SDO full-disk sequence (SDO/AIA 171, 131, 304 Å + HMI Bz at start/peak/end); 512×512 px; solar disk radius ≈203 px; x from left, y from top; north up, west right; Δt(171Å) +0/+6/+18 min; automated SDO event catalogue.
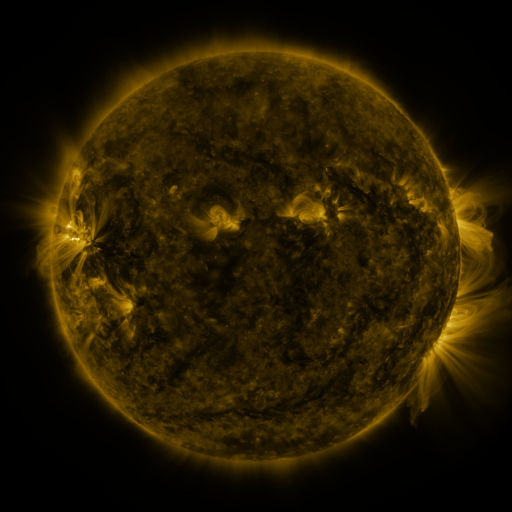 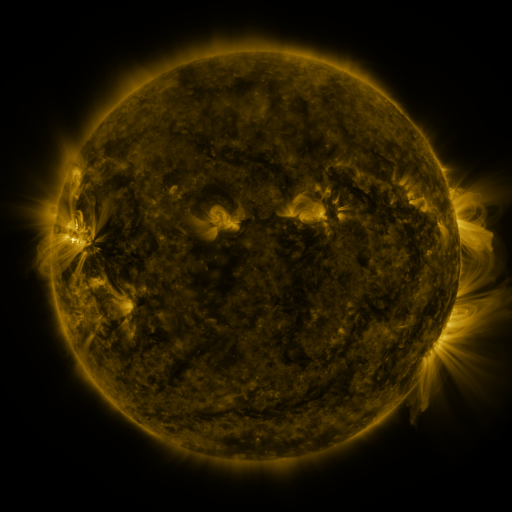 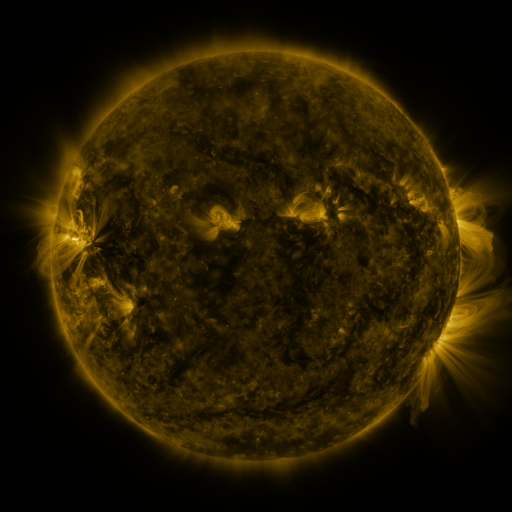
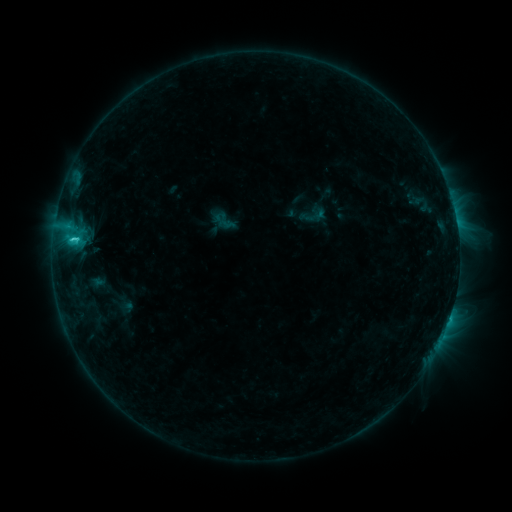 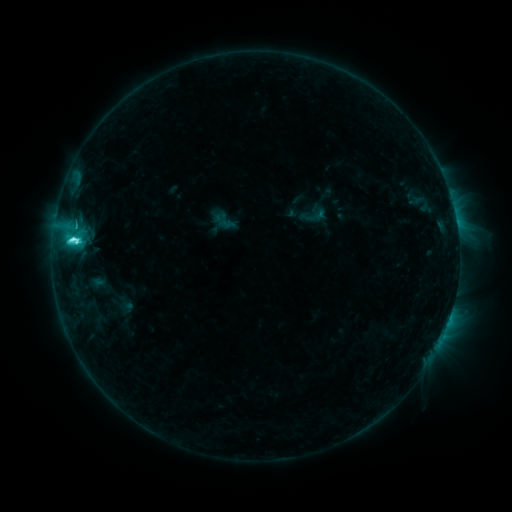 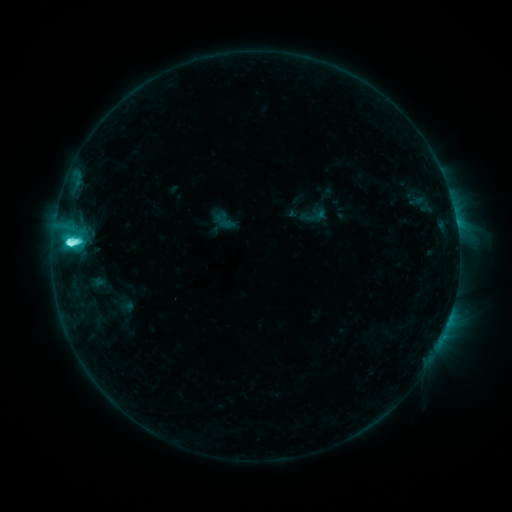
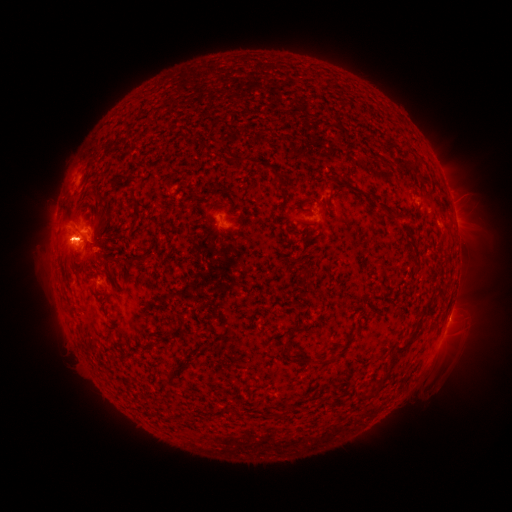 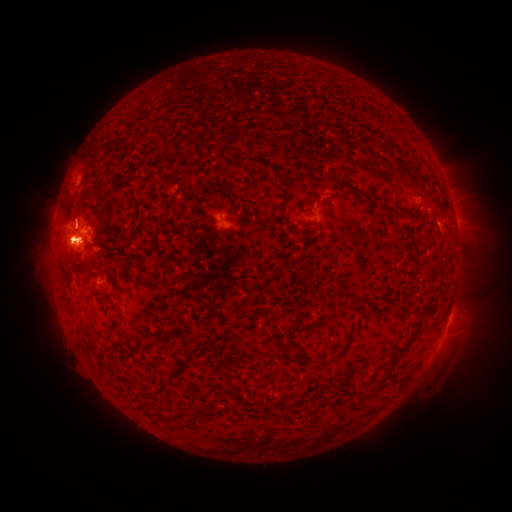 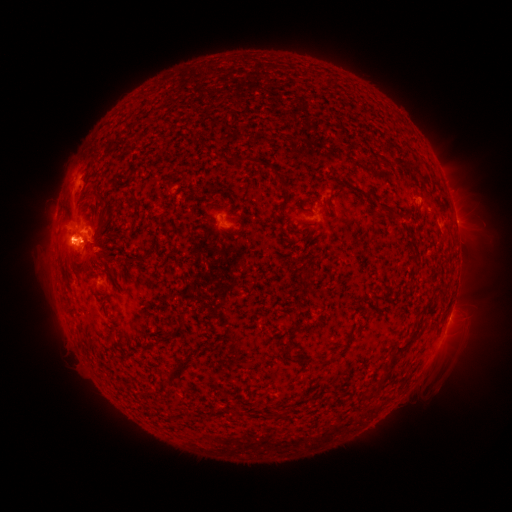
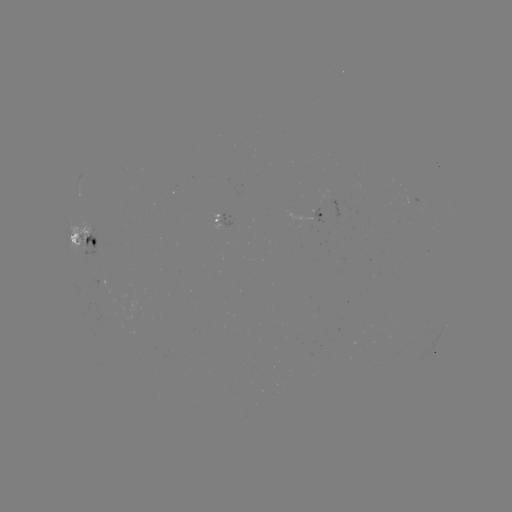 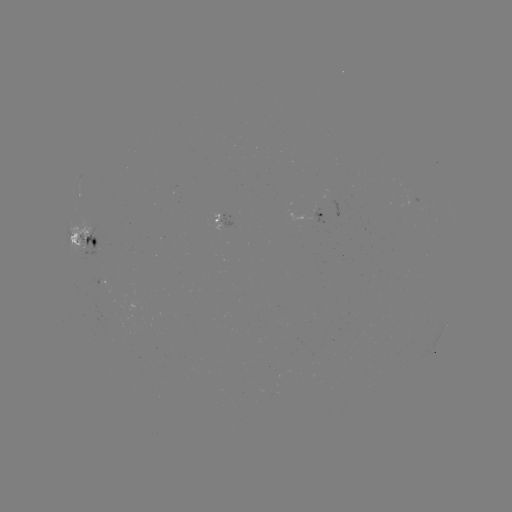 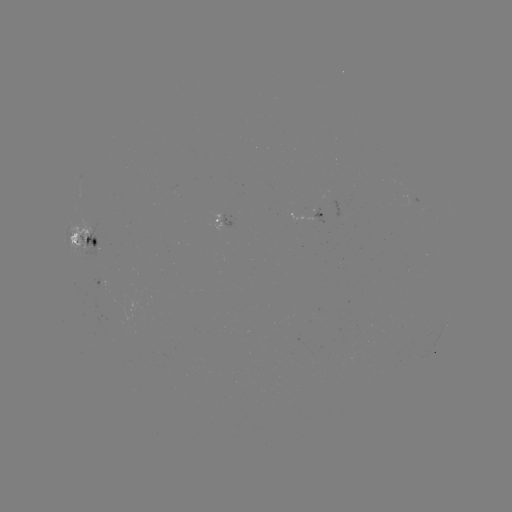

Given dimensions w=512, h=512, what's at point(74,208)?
eruption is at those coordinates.